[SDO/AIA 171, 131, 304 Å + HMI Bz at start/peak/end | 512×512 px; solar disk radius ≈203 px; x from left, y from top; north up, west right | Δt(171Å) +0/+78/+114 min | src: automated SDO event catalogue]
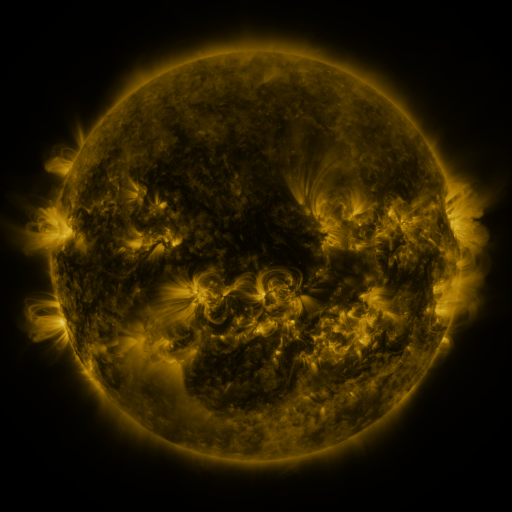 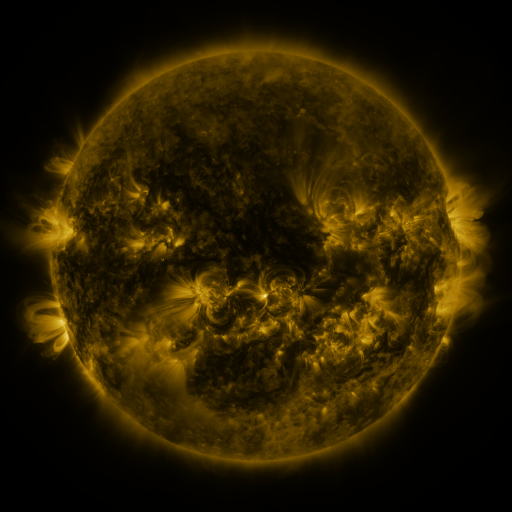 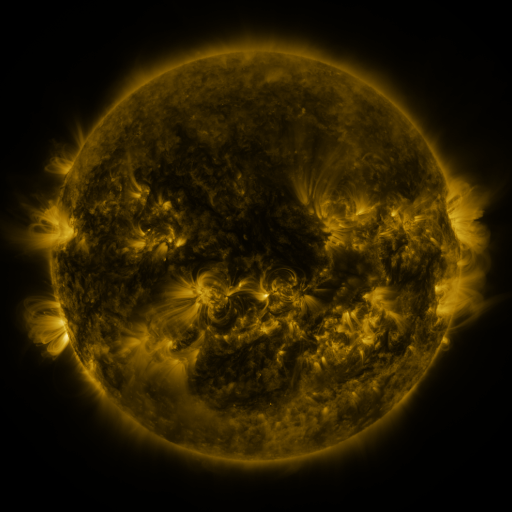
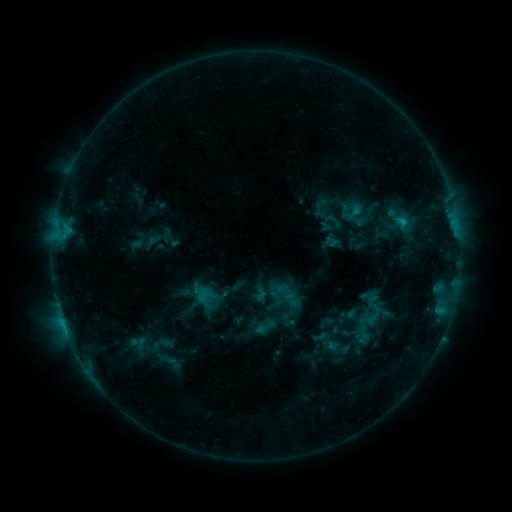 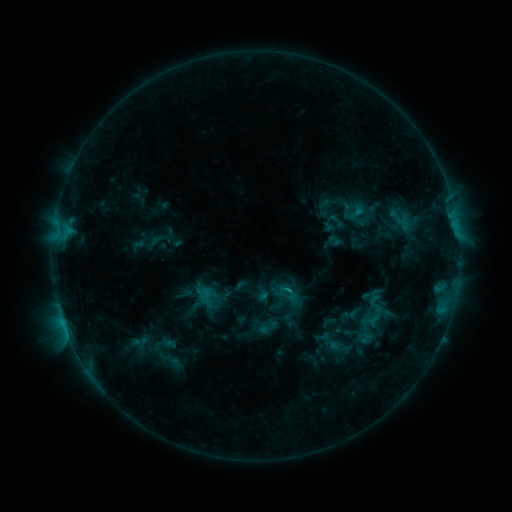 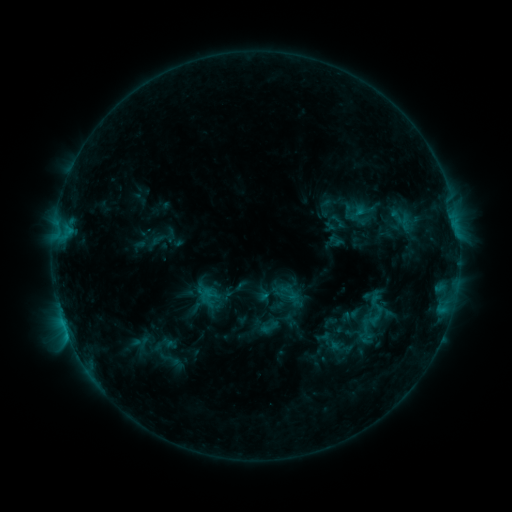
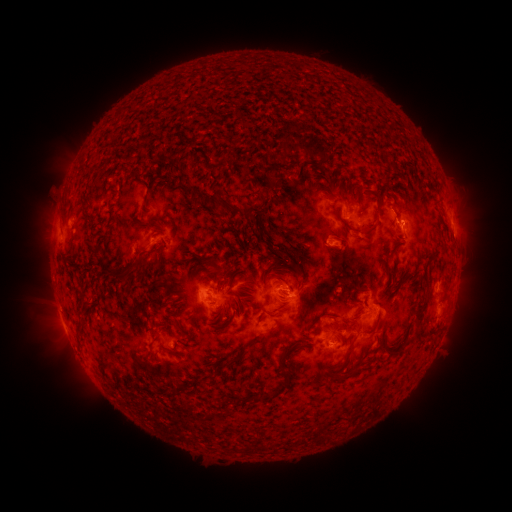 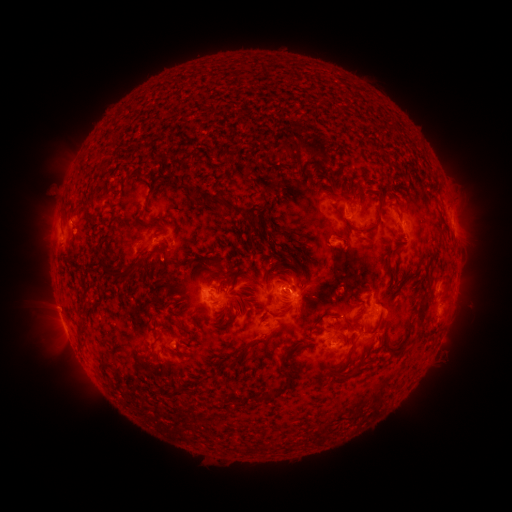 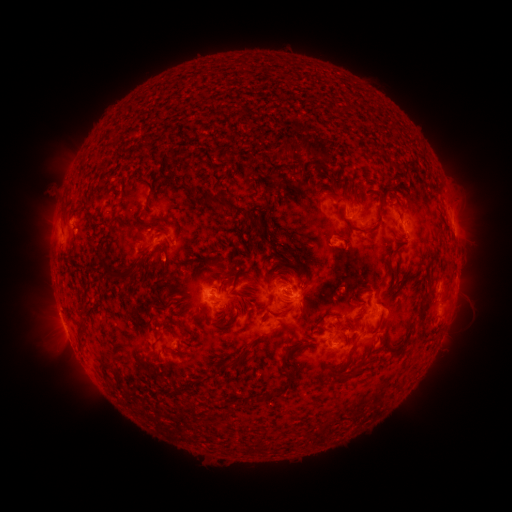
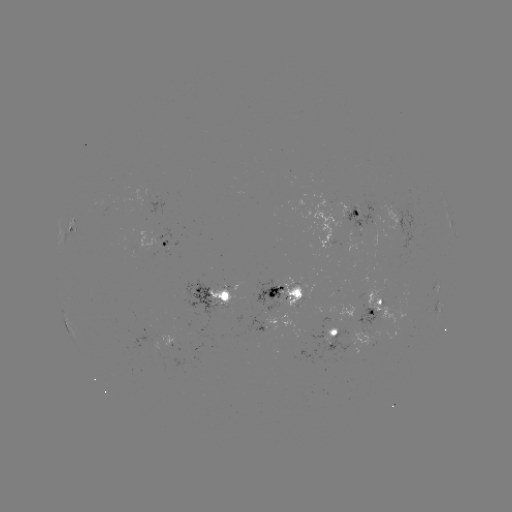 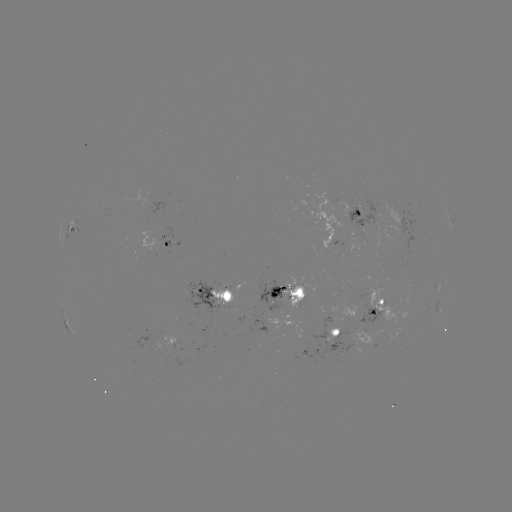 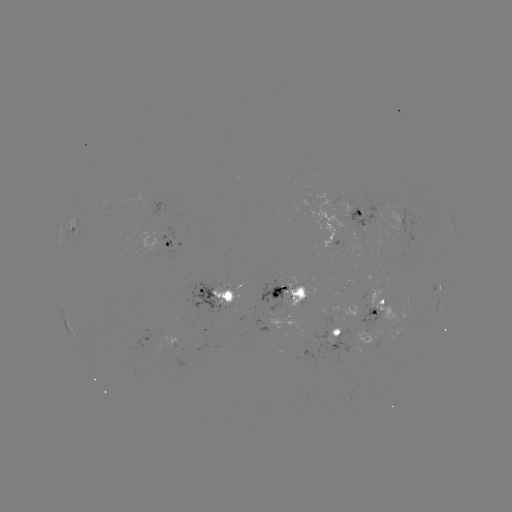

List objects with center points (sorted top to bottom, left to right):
emerging-flux region: (294, 289)
